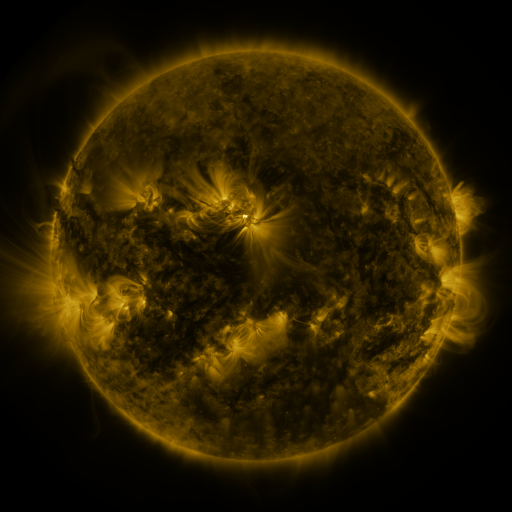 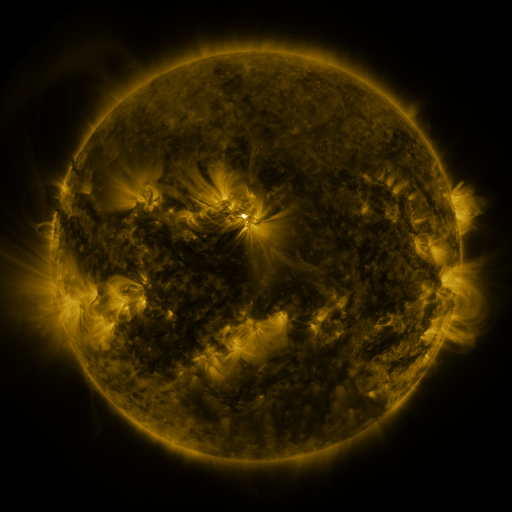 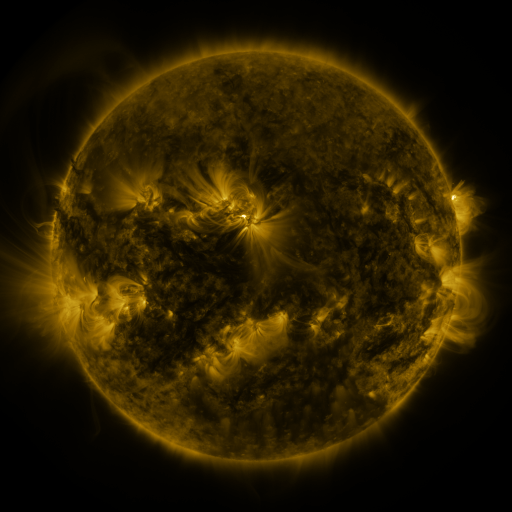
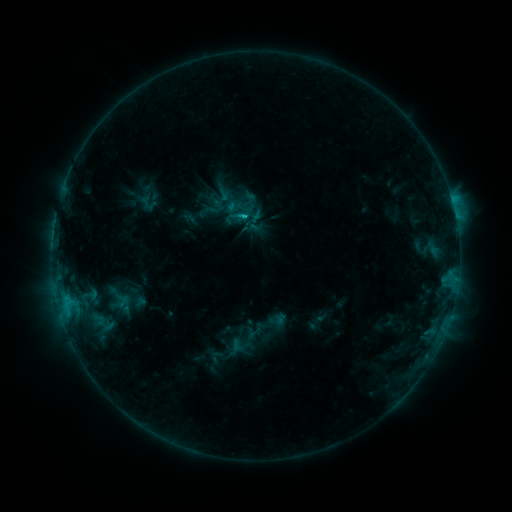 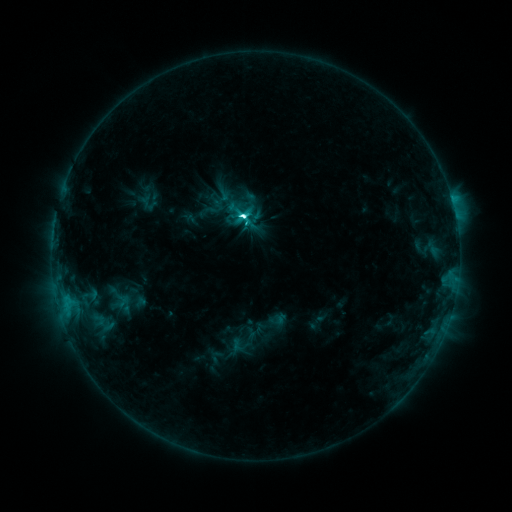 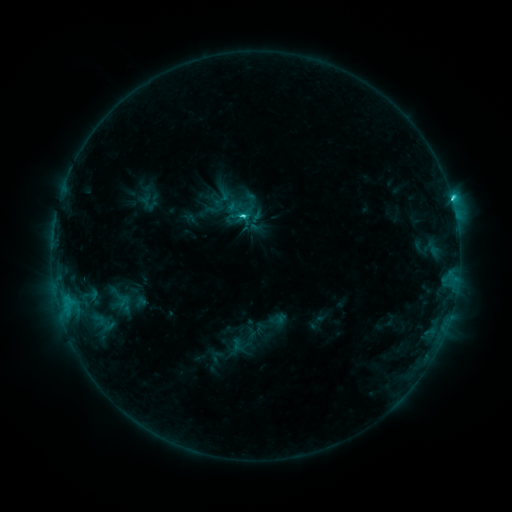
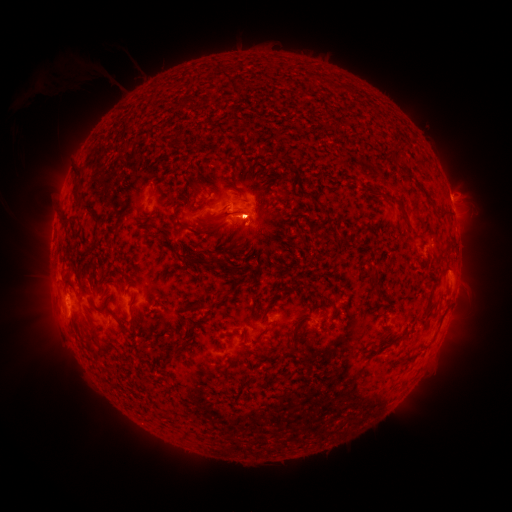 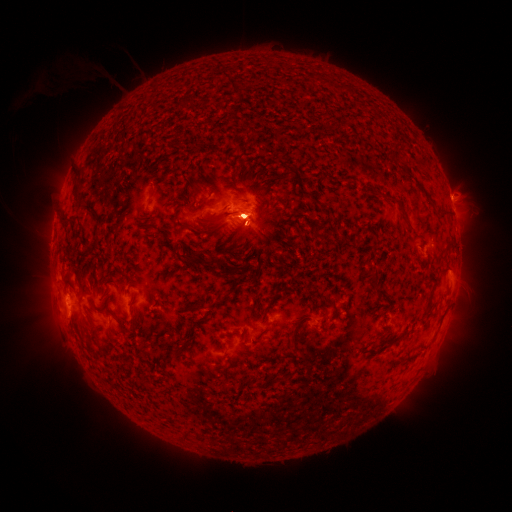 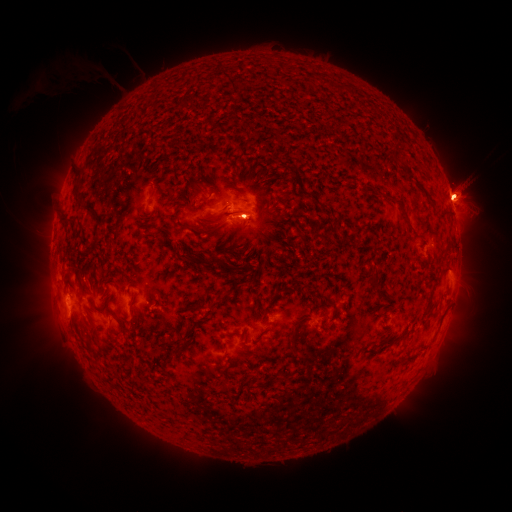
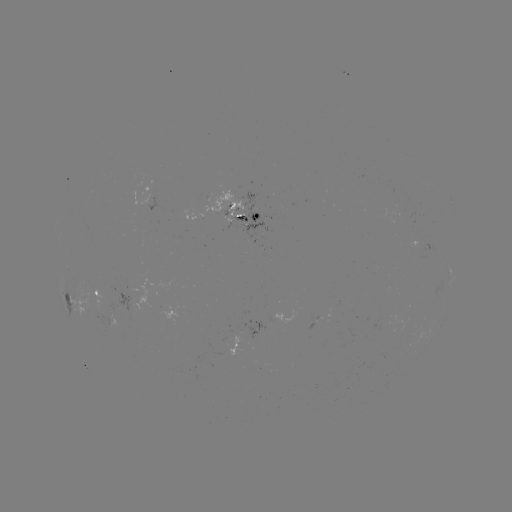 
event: flare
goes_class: C7.6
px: (249, 225)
